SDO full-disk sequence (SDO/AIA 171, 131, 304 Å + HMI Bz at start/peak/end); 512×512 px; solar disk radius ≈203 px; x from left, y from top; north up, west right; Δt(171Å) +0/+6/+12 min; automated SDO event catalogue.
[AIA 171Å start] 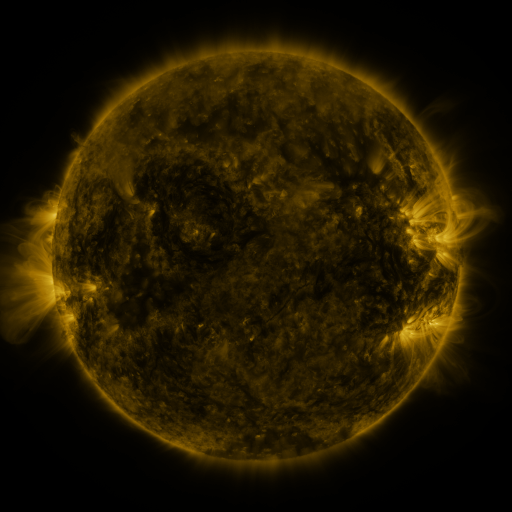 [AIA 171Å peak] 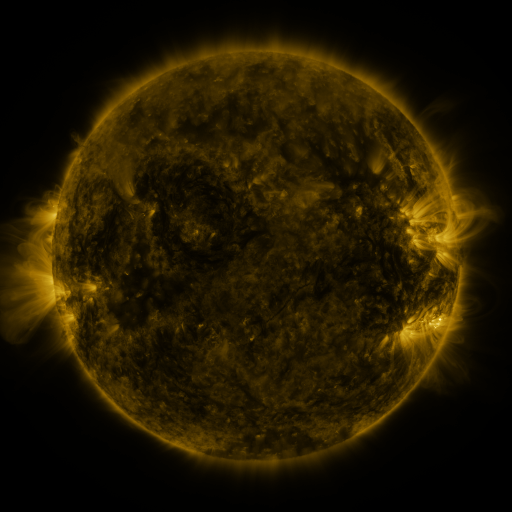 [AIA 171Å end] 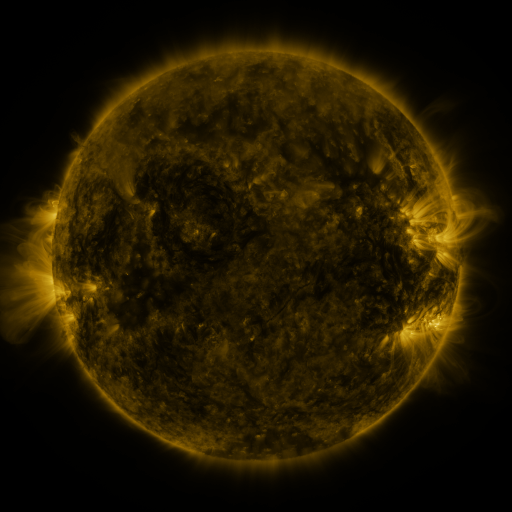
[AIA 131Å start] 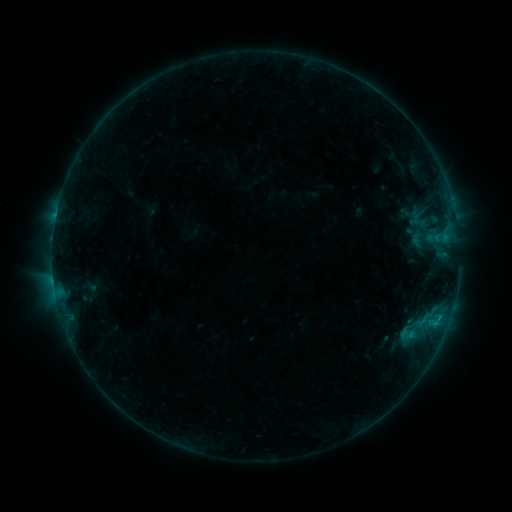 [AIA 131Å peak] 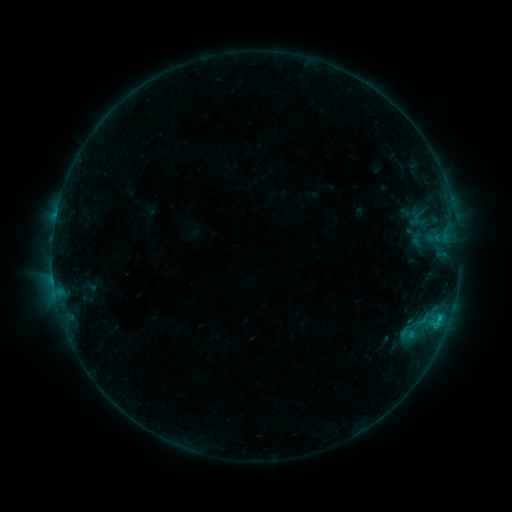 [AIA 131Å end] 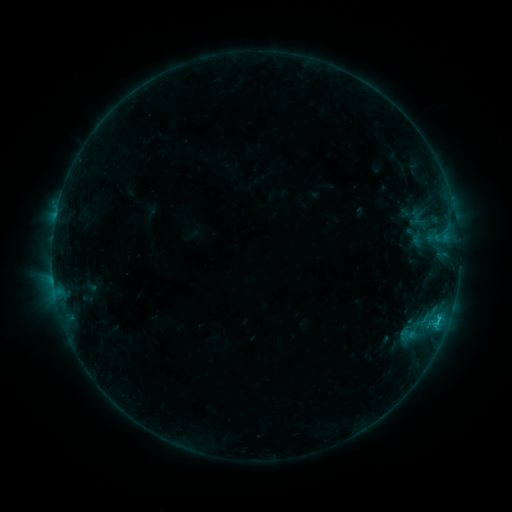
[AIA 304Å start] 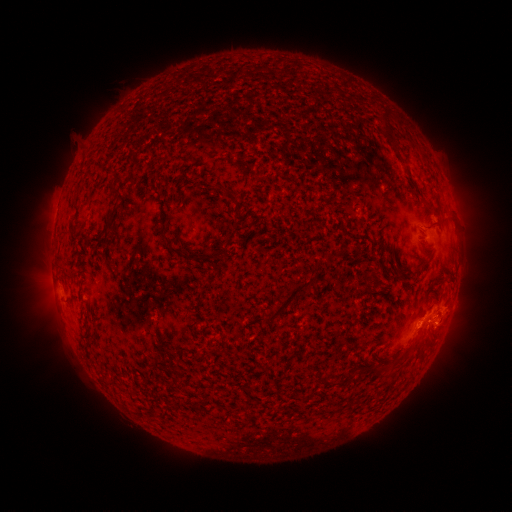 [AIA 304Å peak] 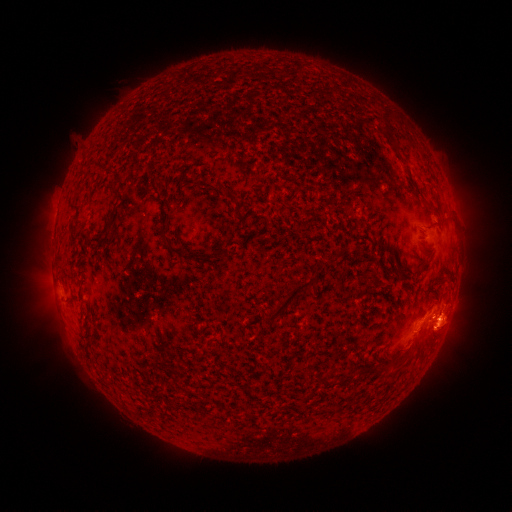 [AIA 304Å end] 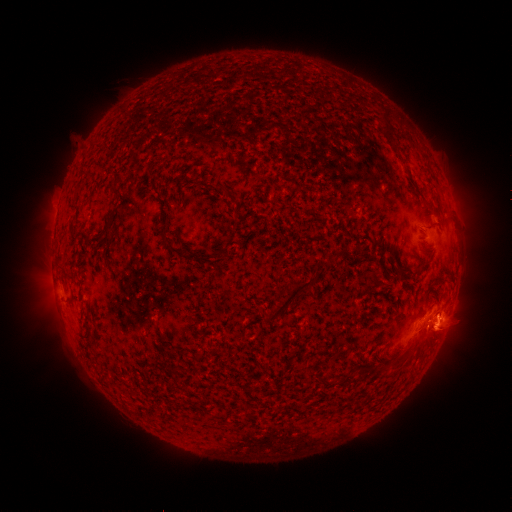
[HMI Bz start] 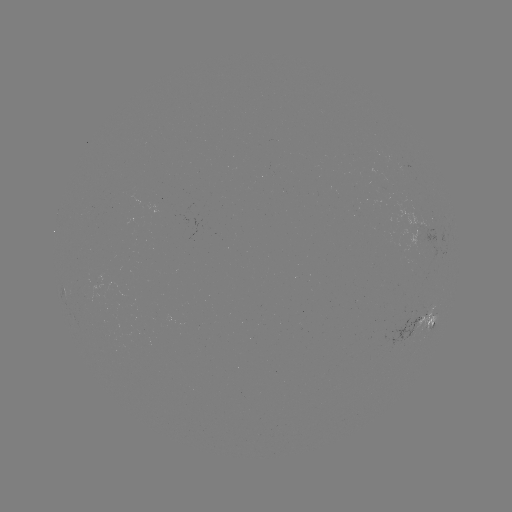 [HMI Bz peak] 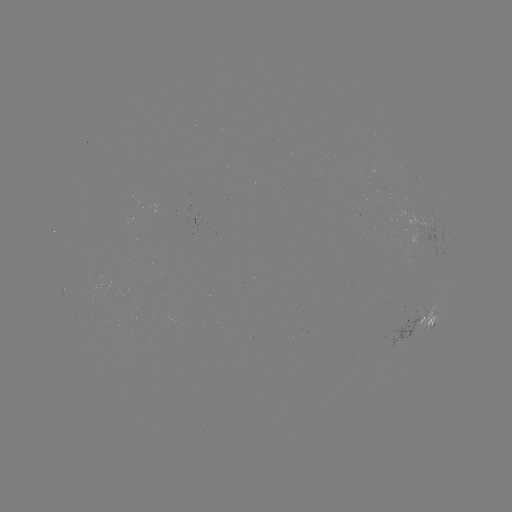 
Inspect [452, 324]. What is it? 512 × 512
eruption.